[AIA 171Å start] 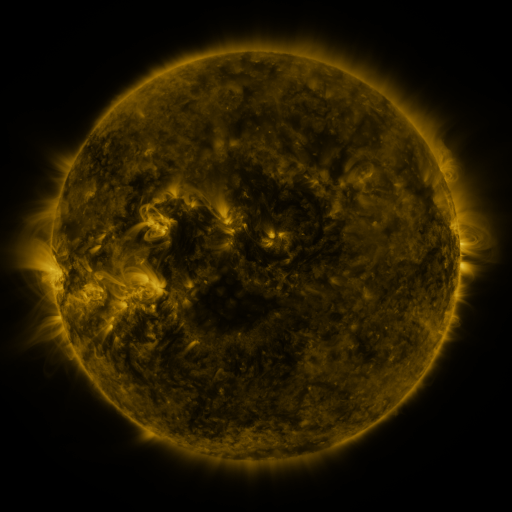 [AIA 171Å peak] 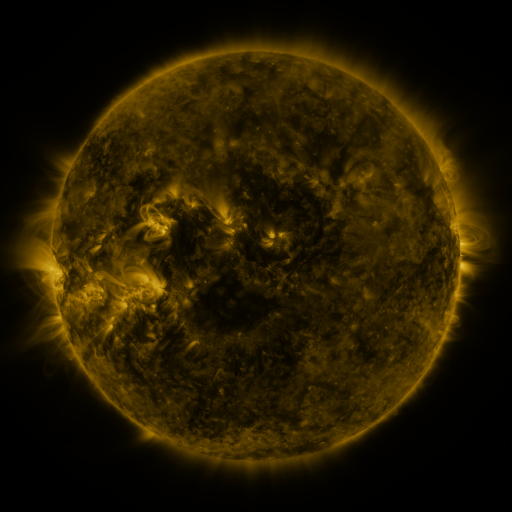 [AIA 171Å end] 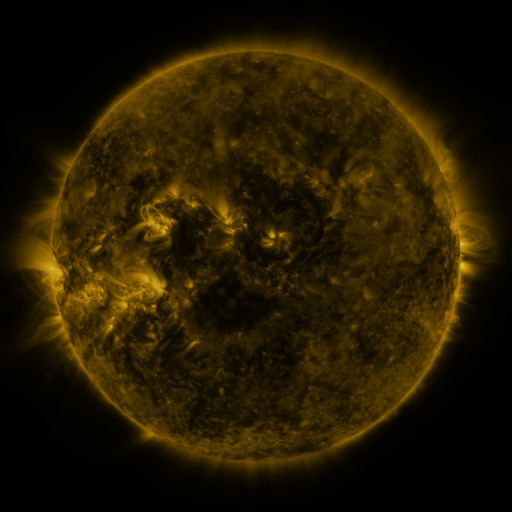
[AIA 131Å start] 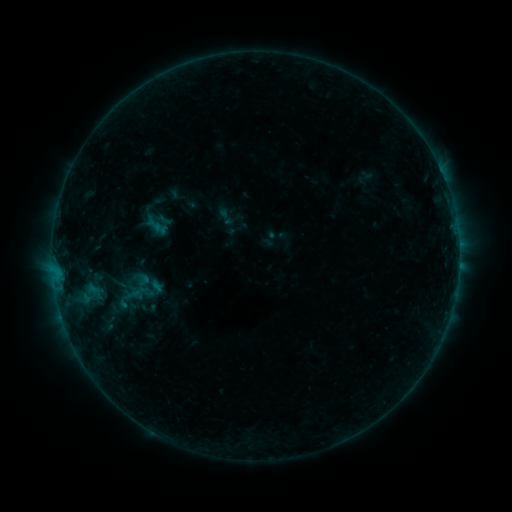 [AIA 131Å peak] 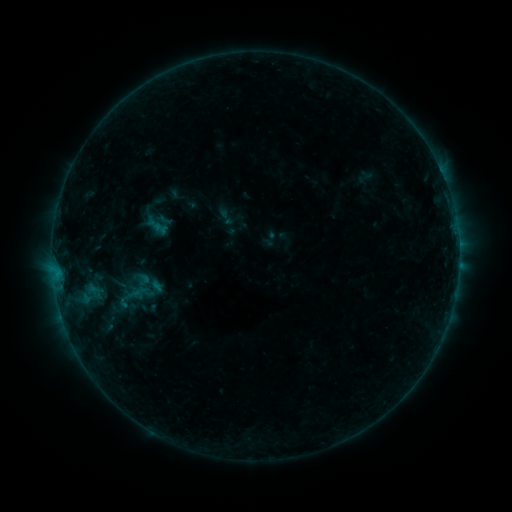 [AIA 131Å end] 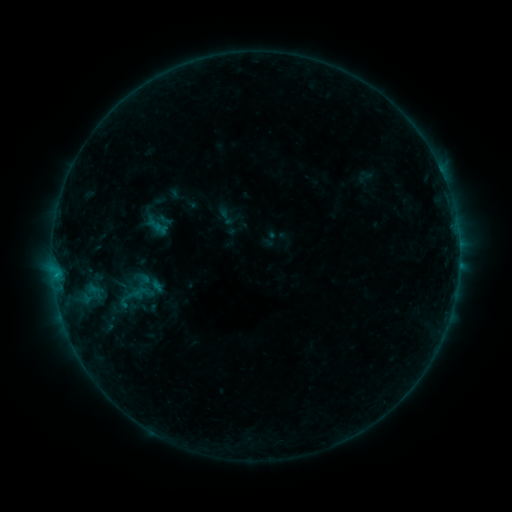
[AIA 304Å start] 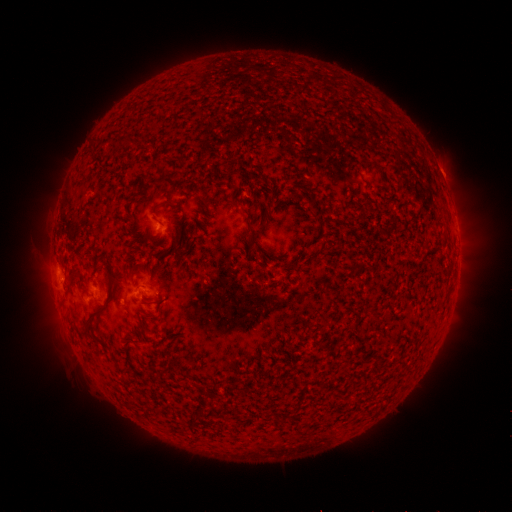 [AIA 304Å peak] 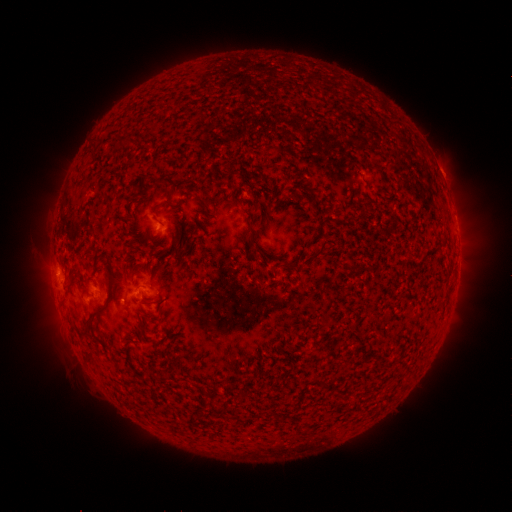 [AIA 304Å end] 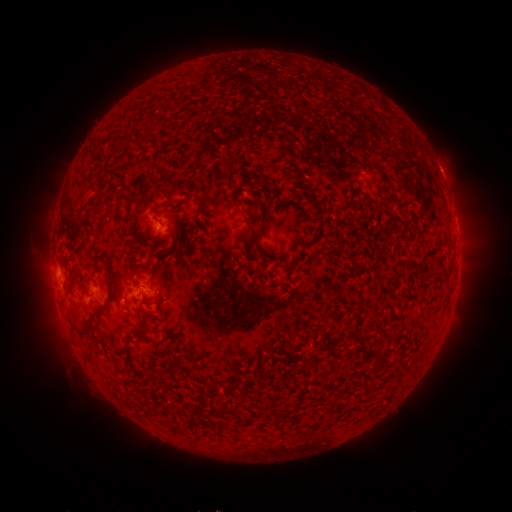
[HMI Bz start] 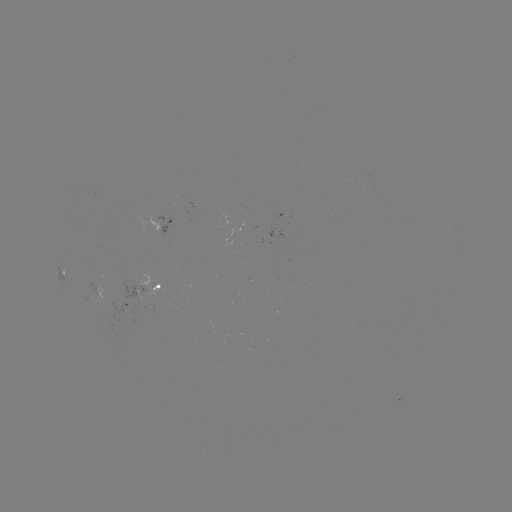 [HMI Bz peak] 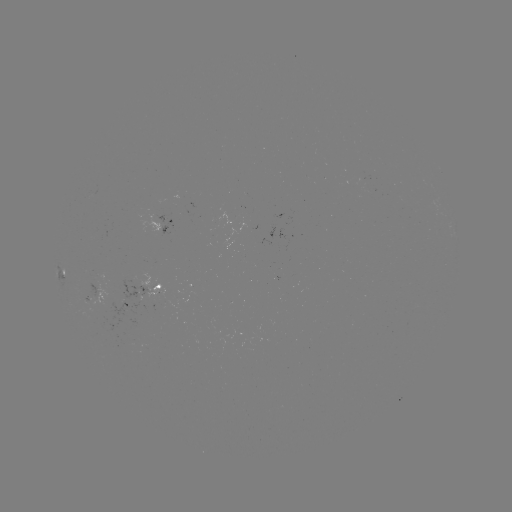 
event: flare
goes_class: B3.9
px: (57, 273)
